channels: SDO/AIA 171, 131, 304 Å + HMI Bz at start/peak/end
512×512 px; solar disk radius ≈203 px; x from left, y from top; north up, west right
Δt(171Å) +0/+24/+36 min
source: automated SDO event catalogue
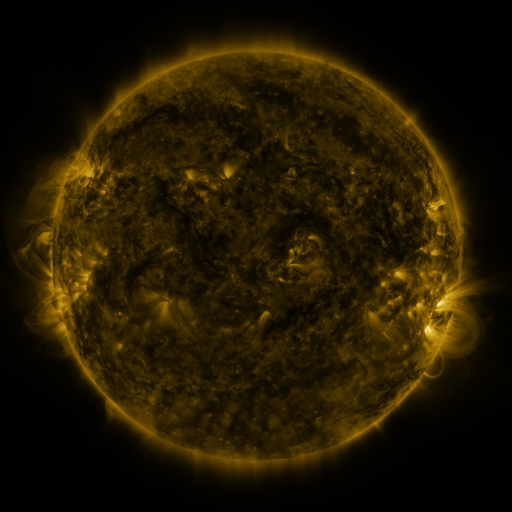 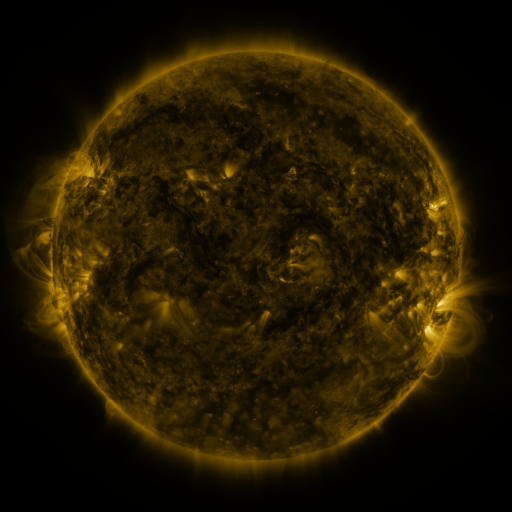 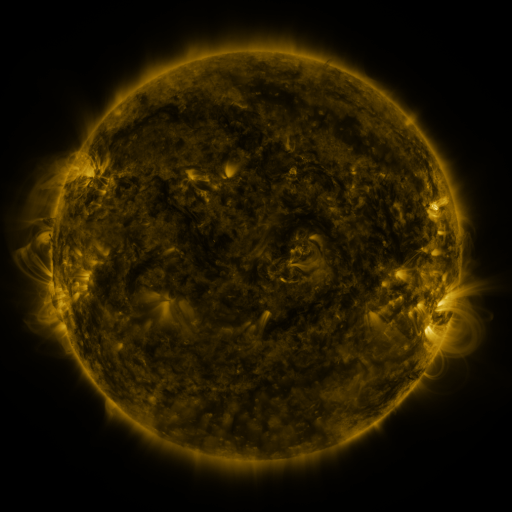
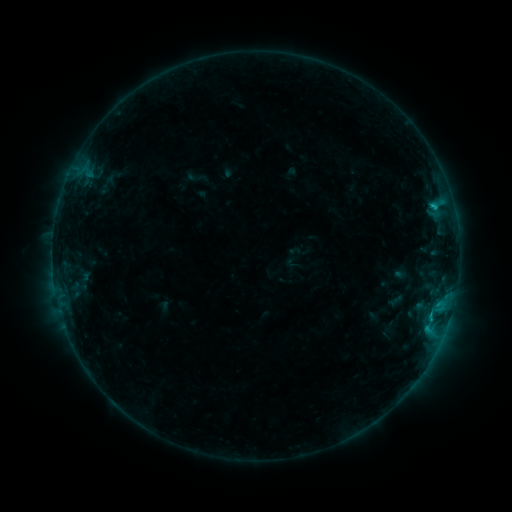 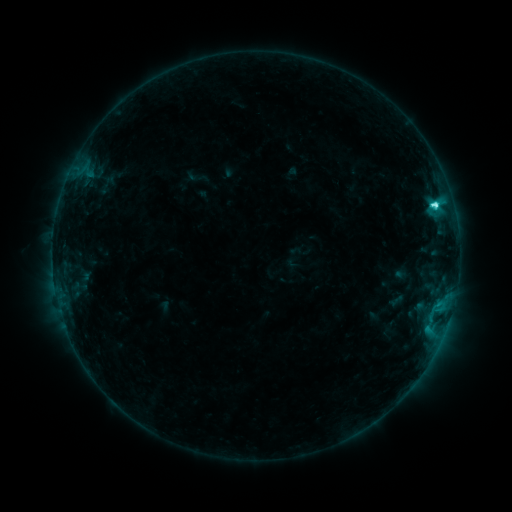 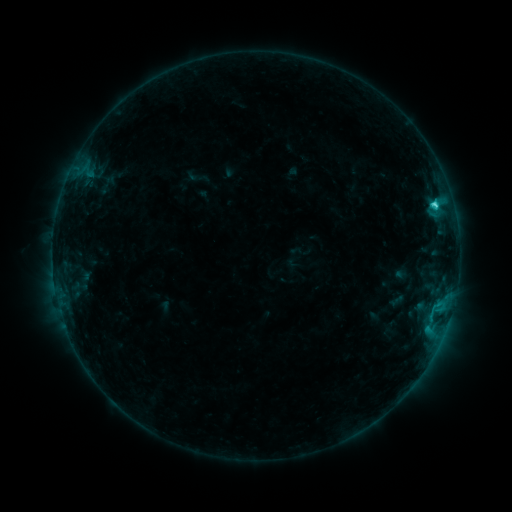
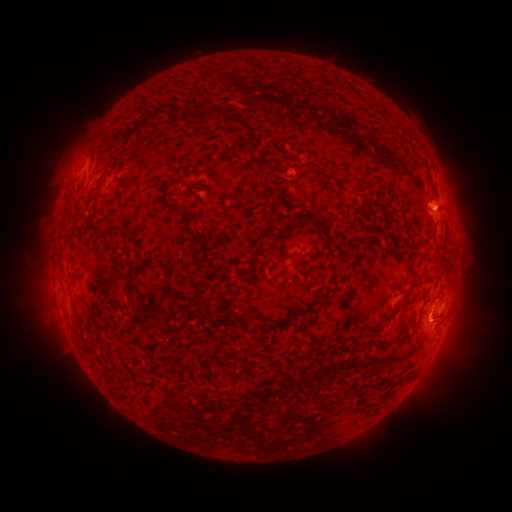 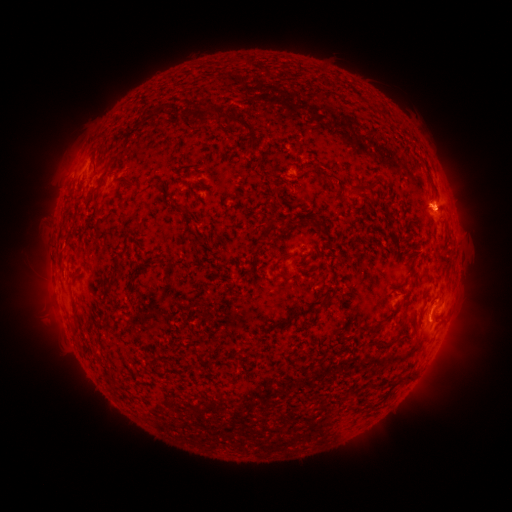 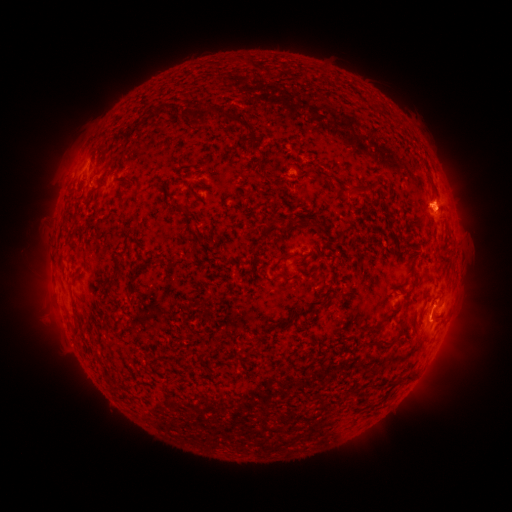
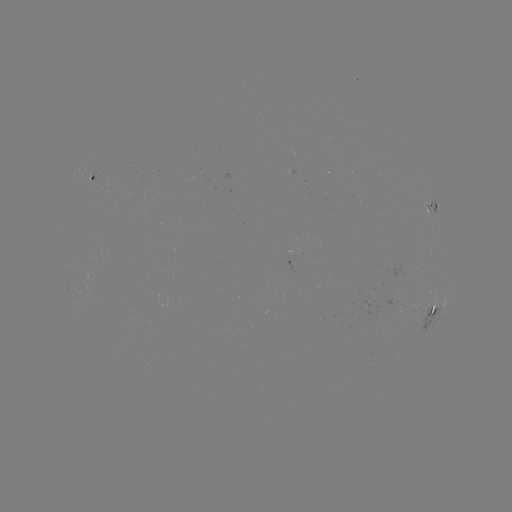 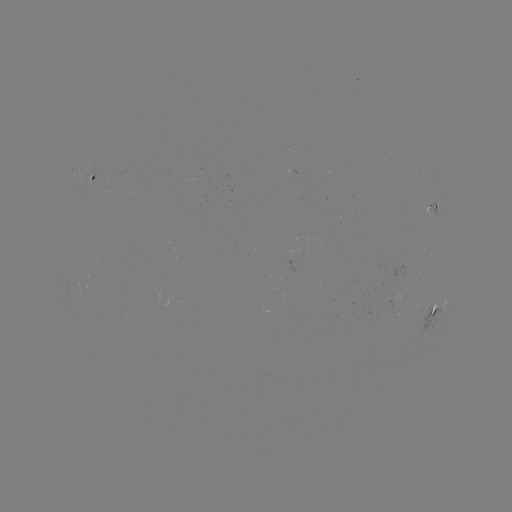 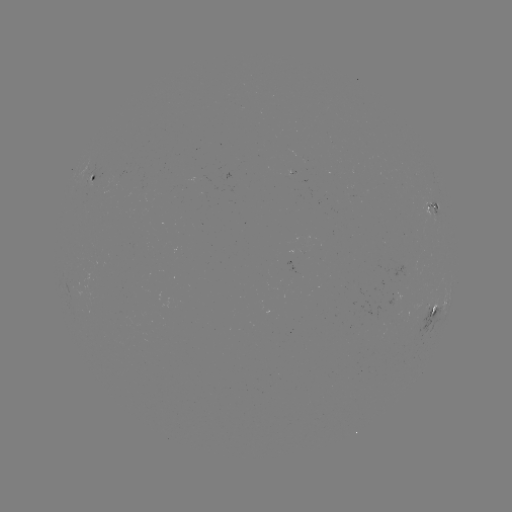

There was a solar flare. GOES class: C3.8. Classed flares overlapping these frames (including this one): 1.